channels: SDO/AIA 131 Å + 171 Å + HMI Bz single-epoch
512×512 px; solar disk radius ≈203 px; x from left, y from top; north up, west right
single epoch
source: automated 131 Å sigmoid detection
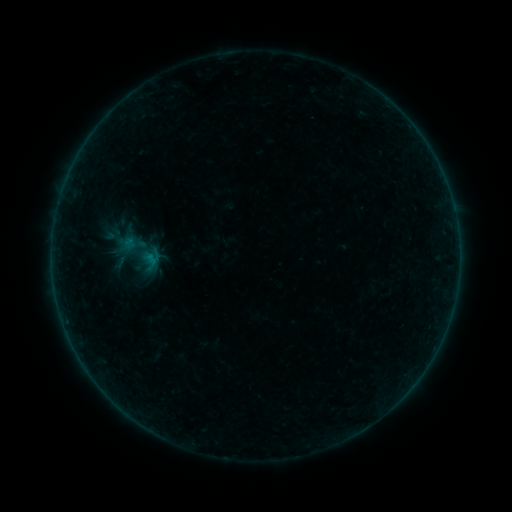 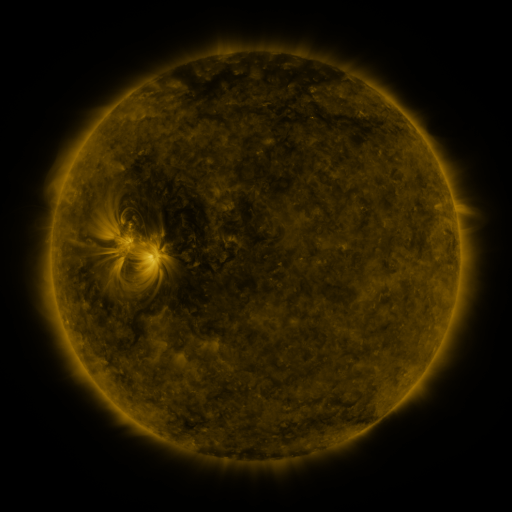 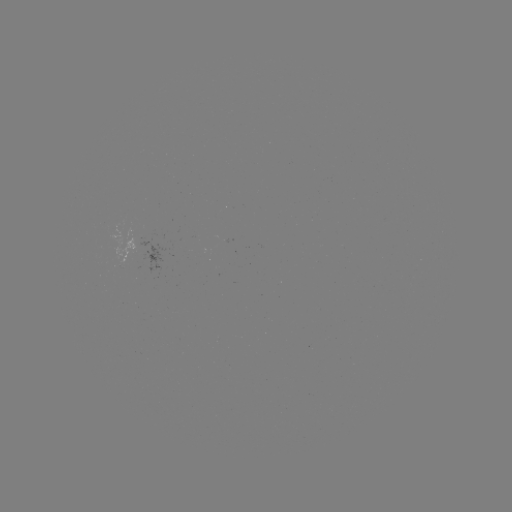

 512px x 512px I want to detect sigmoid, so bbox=[112, 222, 167, 282].